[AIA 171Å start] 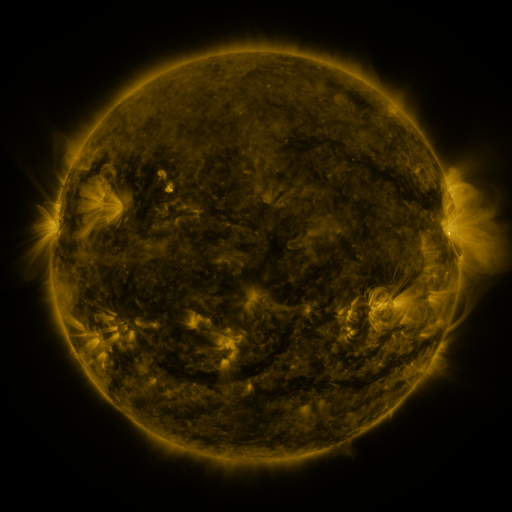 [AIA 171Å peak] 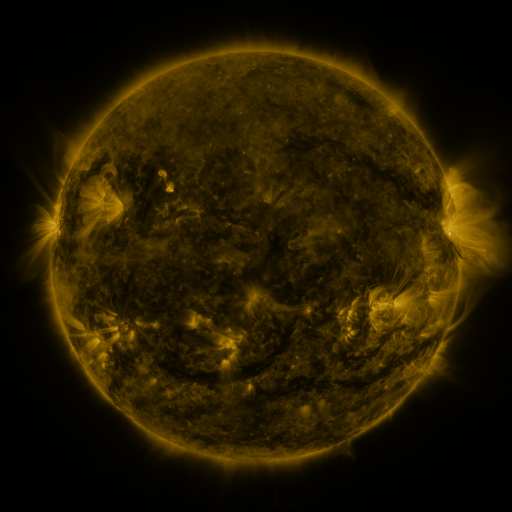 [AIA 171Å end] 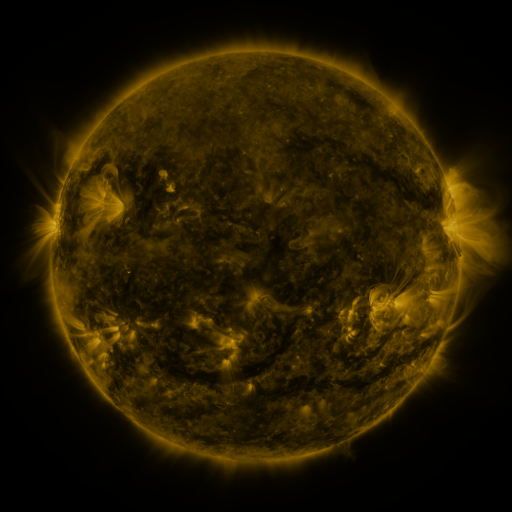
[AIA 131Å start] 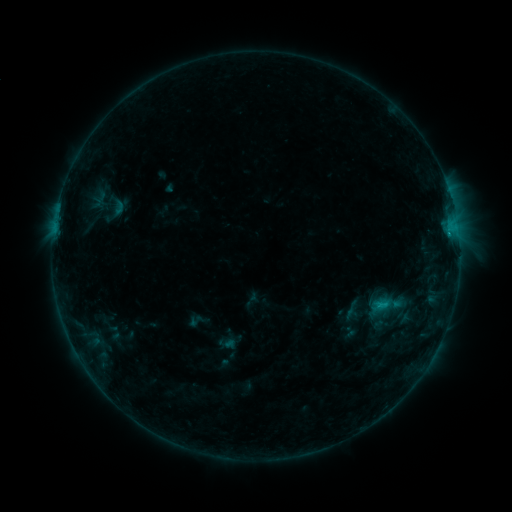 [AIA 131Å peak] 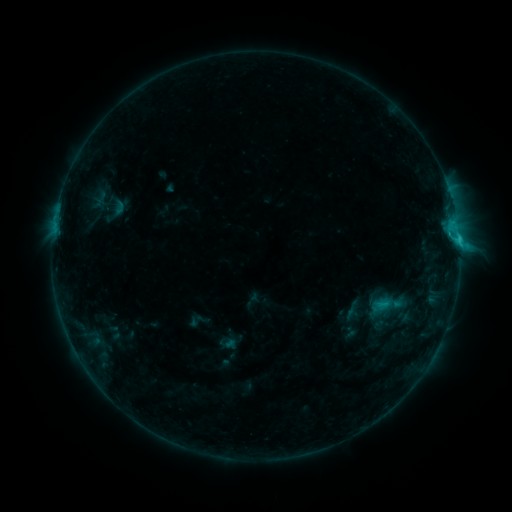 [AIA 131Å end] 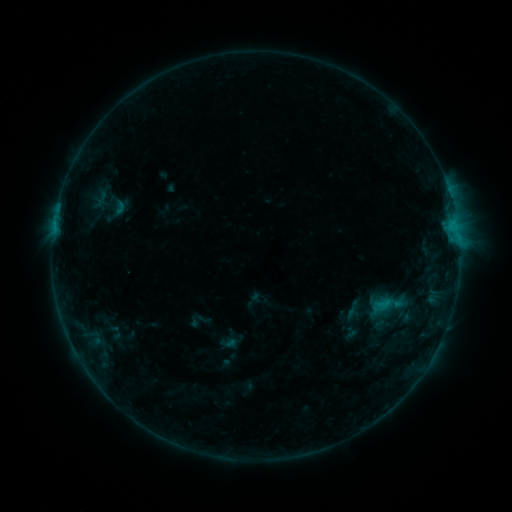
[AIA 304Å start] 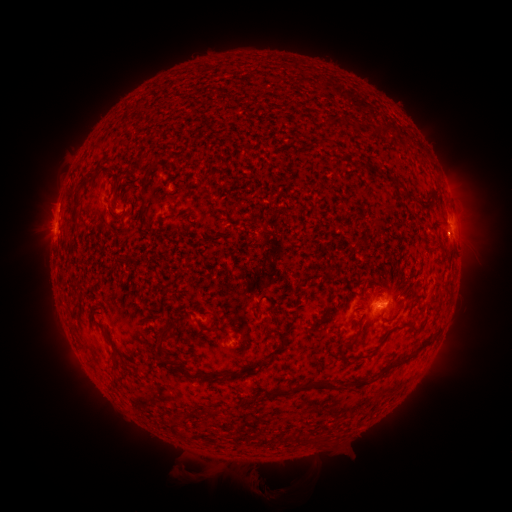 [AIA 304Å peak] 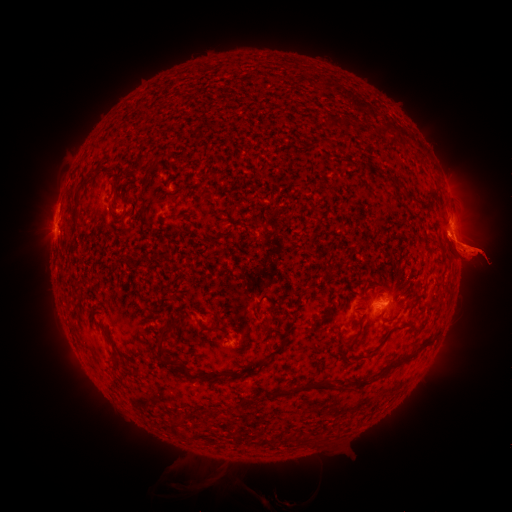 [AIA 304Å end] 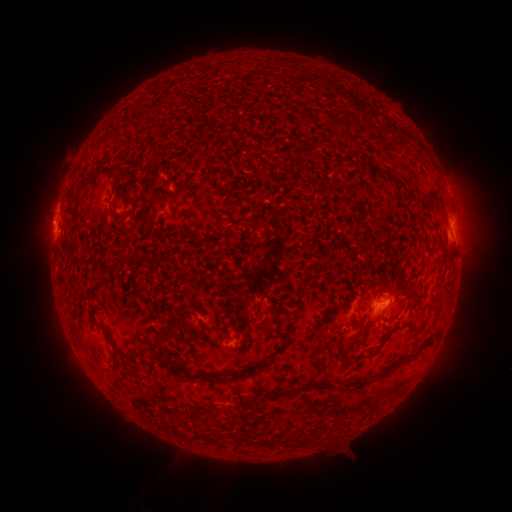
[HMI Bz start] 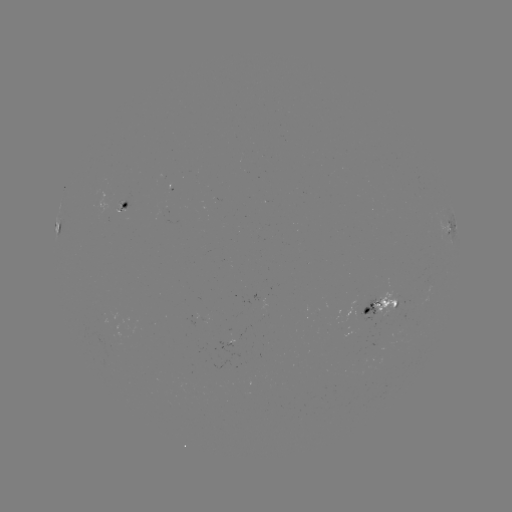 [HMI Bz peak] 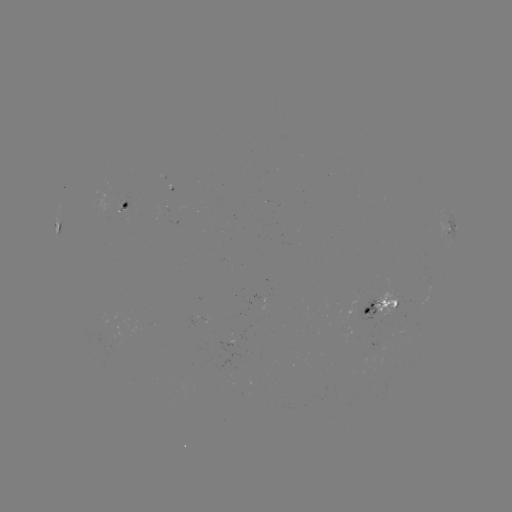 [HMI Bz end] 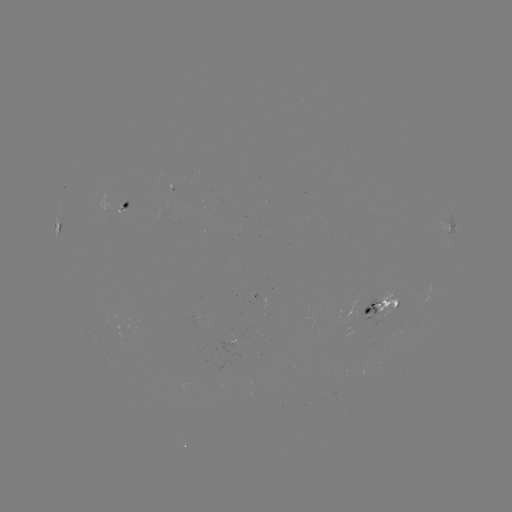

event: eruption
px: (469, 248)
